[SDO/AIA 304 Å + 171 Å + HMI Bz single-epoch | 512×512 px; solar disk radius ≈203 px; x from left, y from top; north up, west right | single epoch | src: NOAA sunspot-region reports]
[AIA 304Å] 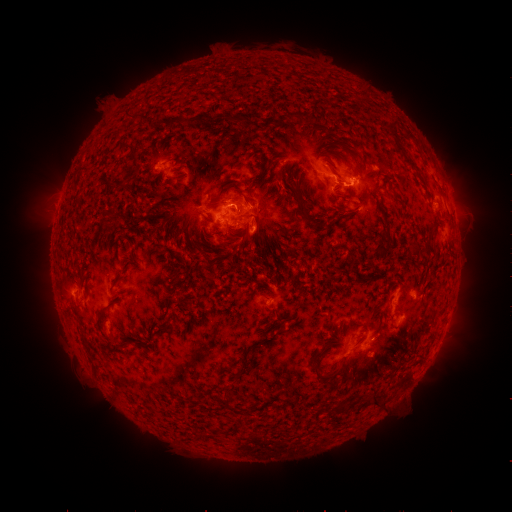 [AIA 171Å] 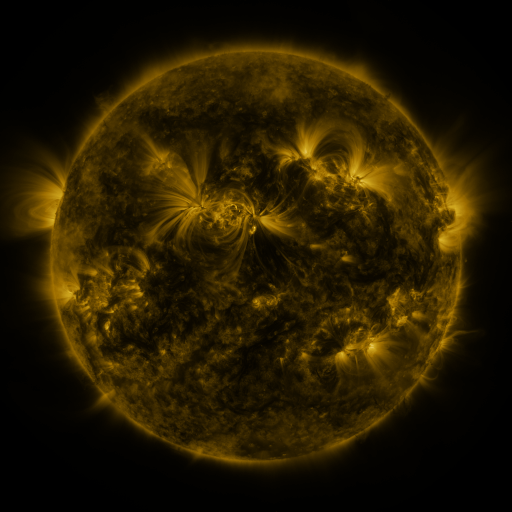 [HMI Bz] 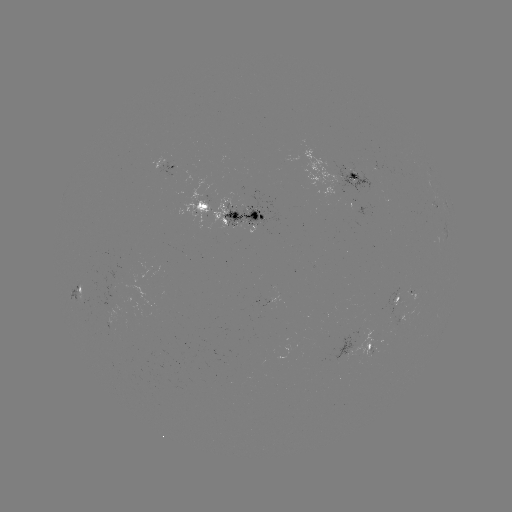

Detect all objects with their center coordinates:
spotted active region: (176, 166)
spotted active region: (346, 176)
spotted active region: (241, 212)
spotted active region: (78, 291)
spotted active region: (403, 302)
spotted active region: (381, 341)
